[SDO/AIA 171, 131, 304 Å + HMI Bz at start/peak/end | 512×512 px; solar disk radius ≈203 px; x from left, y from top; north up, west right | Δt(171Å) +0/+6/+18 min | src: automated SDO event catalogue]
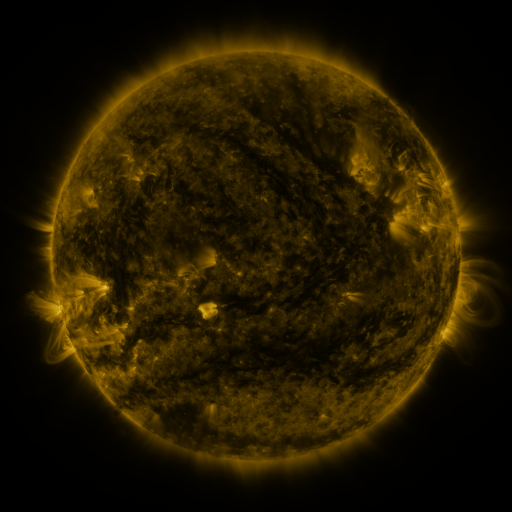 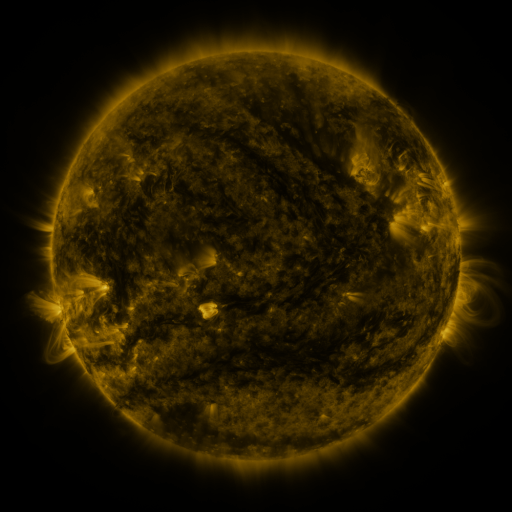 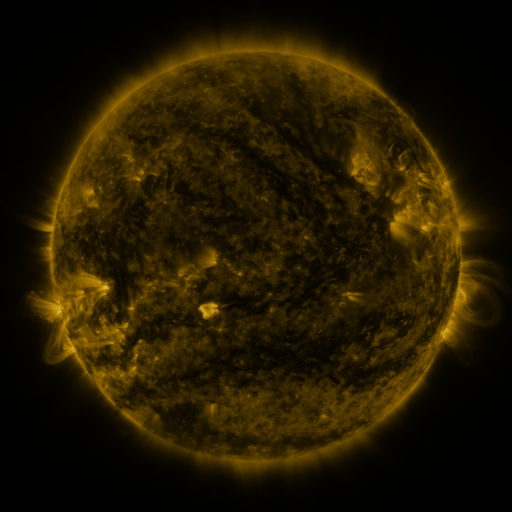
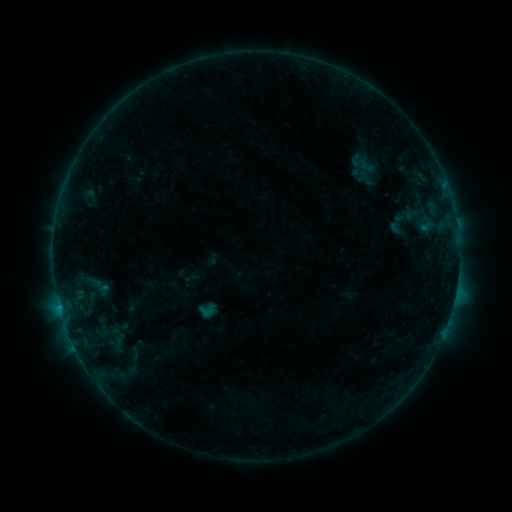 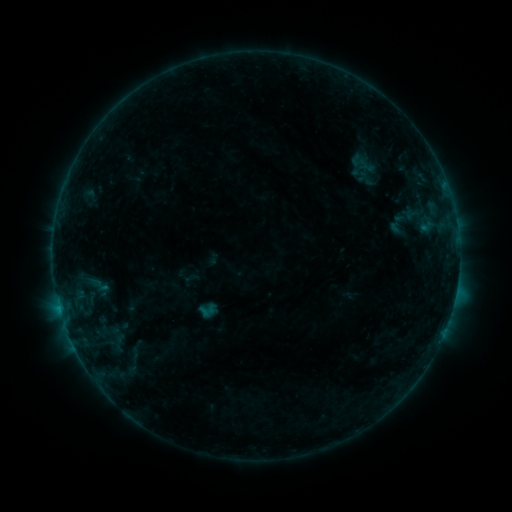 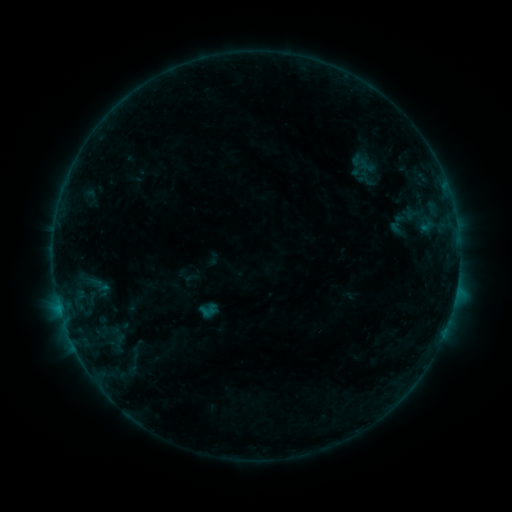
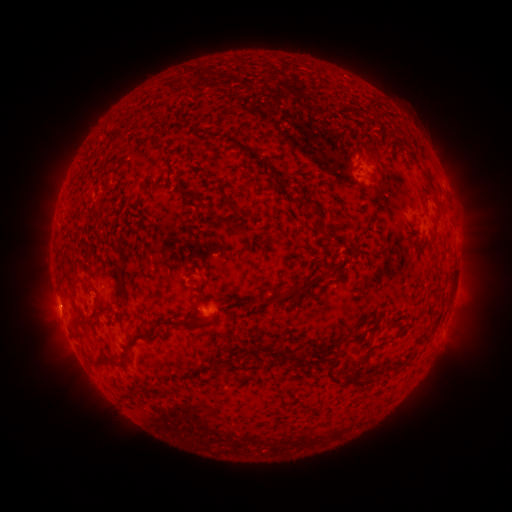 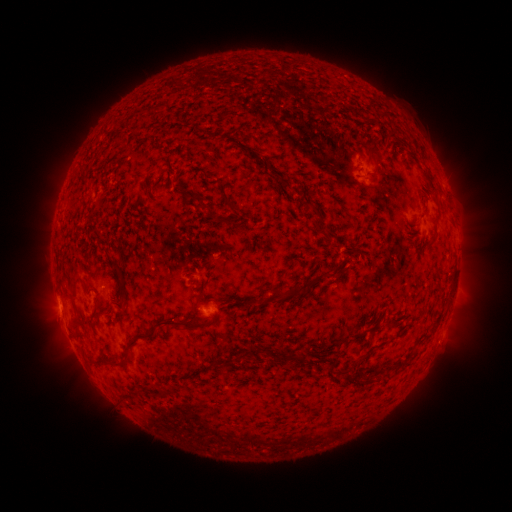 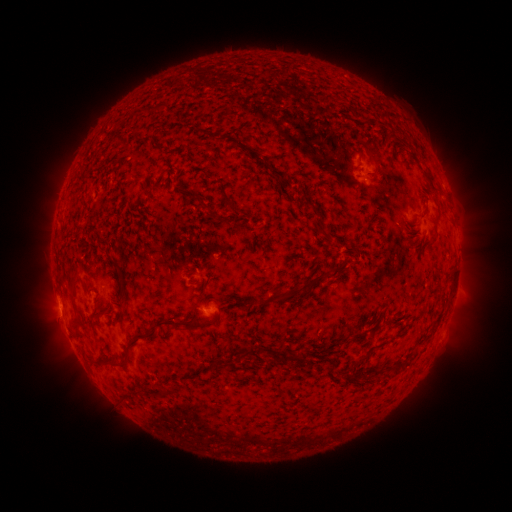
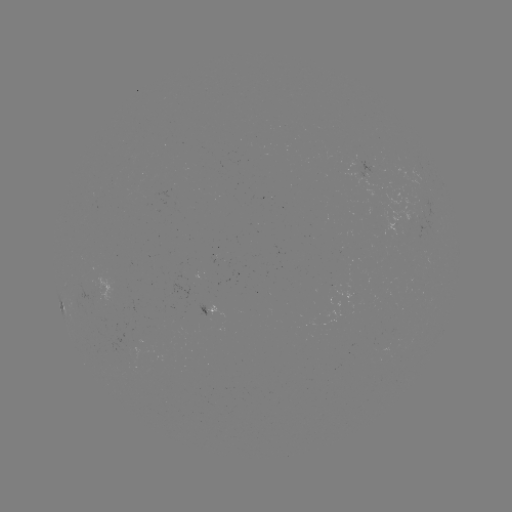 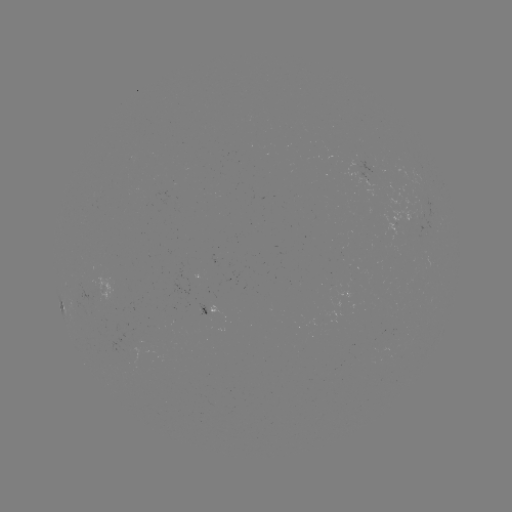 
no flare in any classed list; no EUV-trigger detection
